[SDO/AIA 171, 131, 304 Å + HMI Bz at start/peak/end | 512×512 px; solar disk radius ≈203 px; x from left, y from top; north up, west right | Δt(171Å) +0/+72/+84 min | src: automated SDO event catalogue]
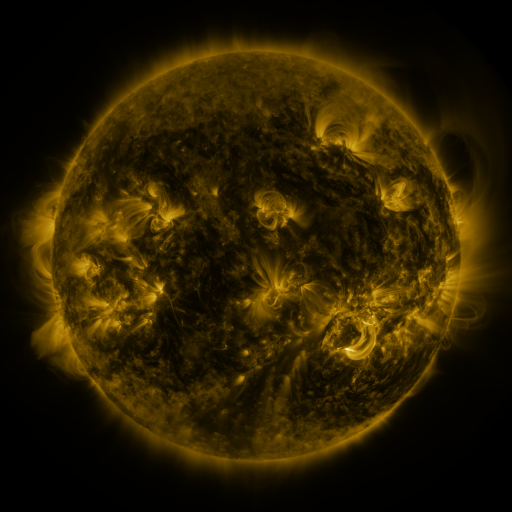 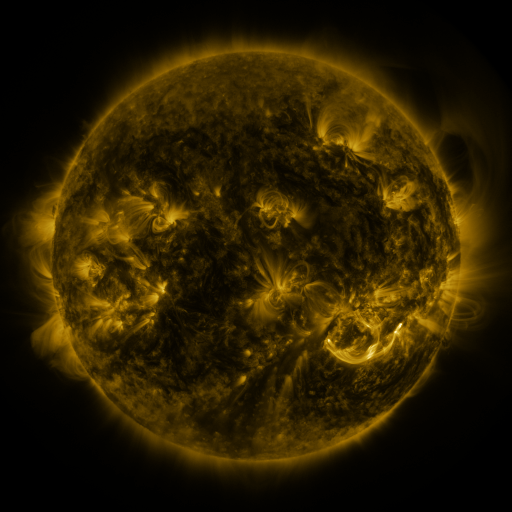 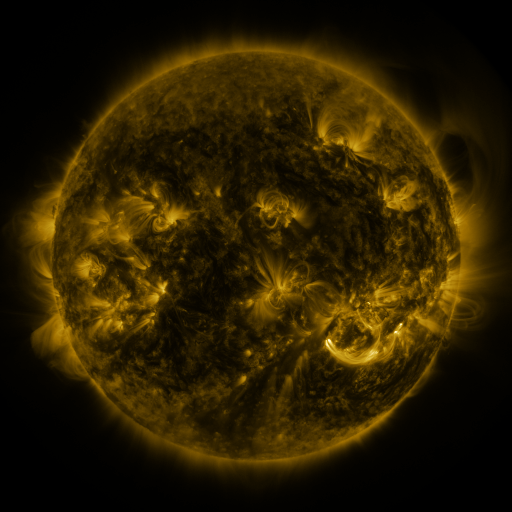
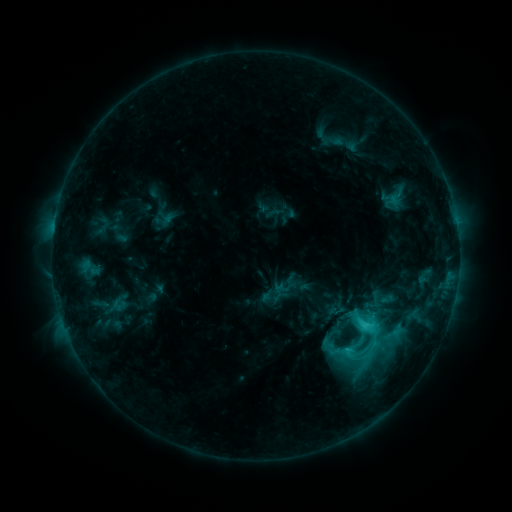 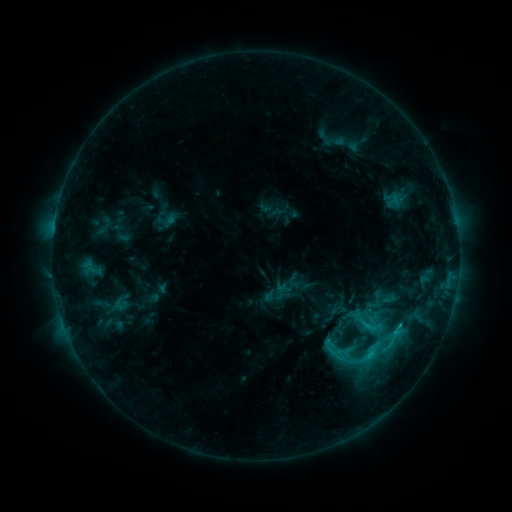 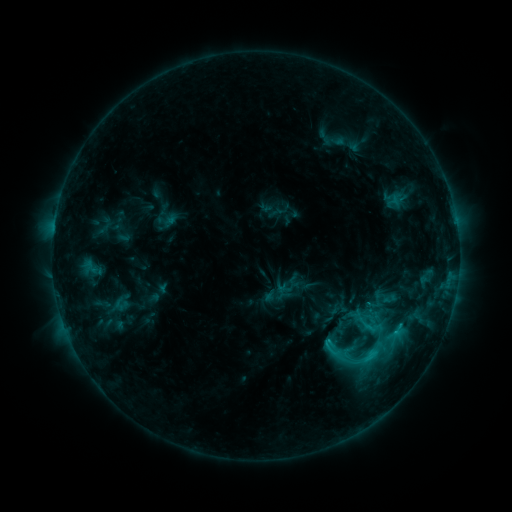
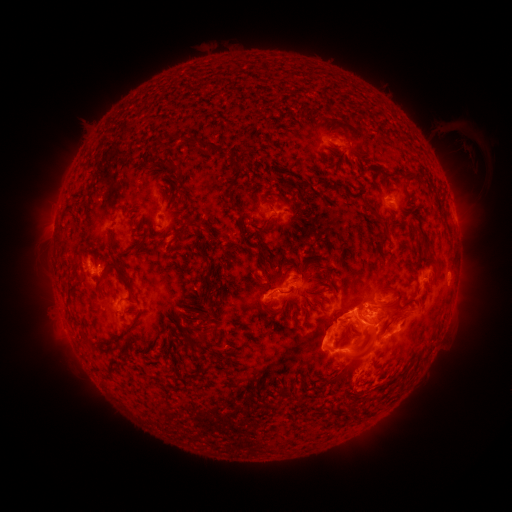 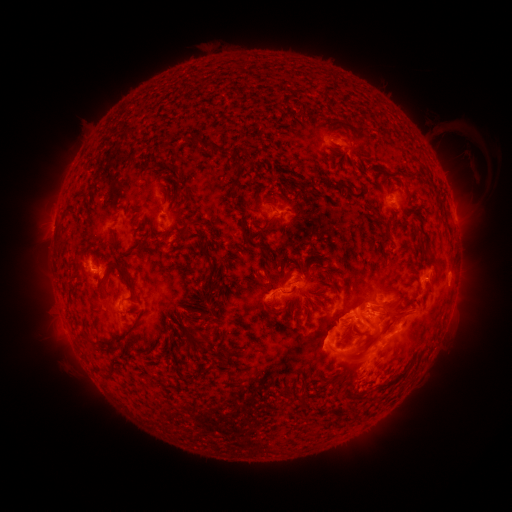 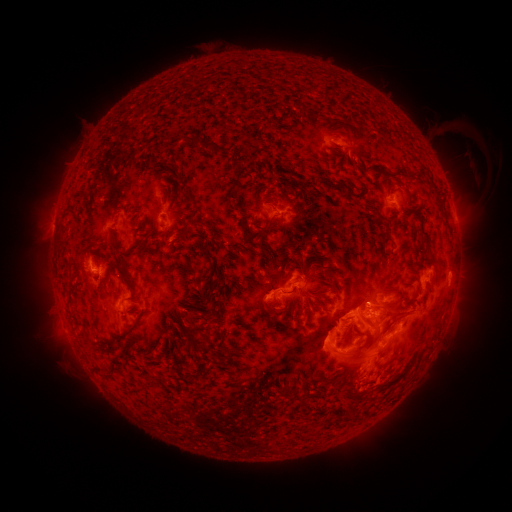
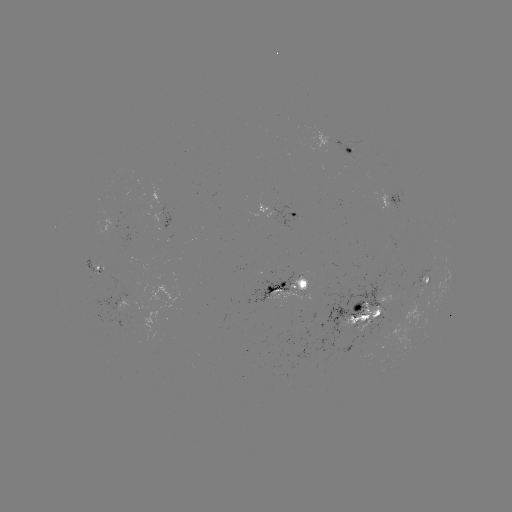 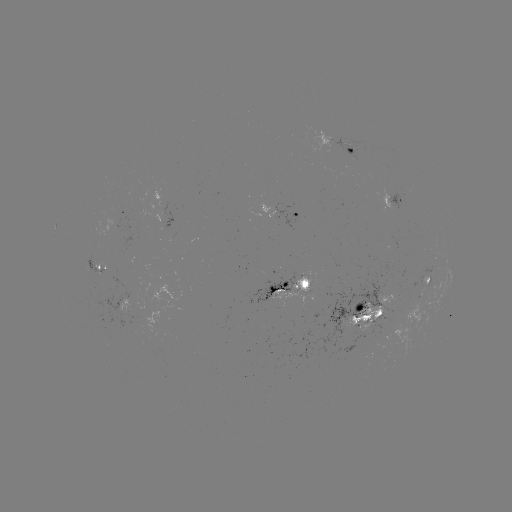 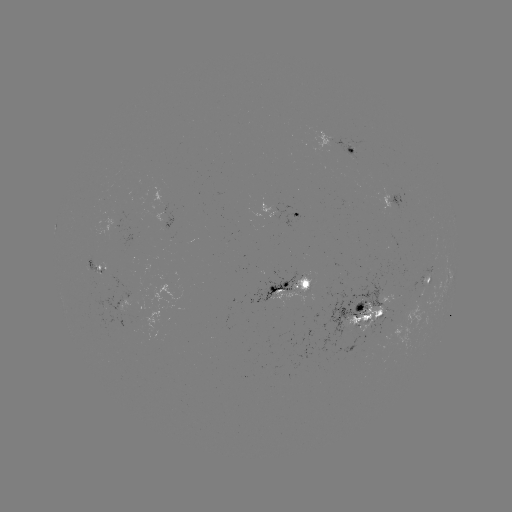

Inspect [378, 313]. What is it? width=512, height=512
emerging-flux region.